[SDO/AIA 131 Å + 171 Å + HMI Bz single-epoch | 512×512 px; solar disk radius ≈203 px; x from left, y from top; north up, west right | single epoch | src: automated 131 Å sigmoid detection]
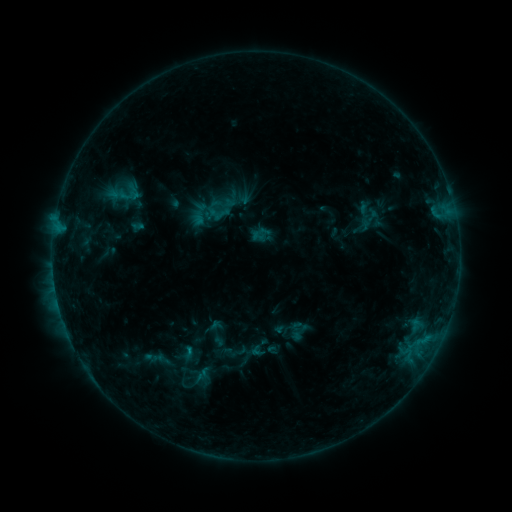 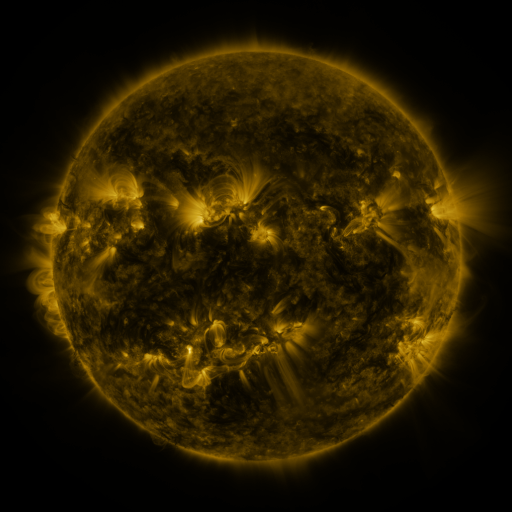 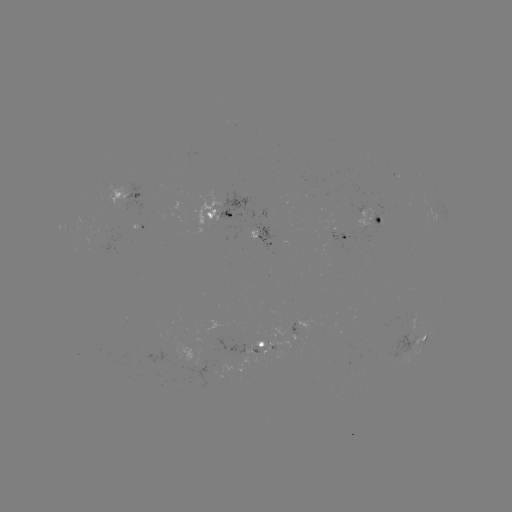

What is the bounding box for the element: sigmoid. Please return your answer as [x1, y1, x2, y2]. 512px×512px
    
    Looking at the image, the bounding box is [112, 178, 139, 207].